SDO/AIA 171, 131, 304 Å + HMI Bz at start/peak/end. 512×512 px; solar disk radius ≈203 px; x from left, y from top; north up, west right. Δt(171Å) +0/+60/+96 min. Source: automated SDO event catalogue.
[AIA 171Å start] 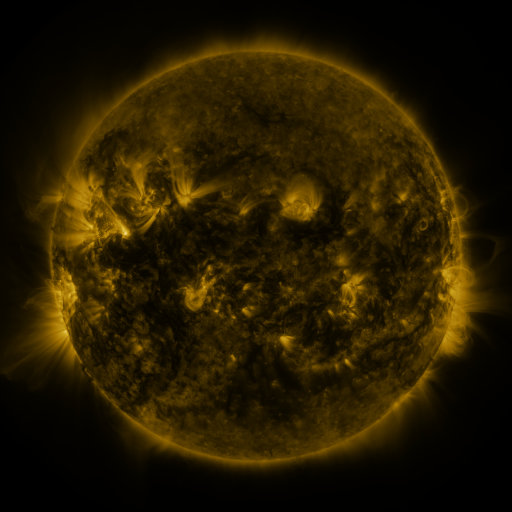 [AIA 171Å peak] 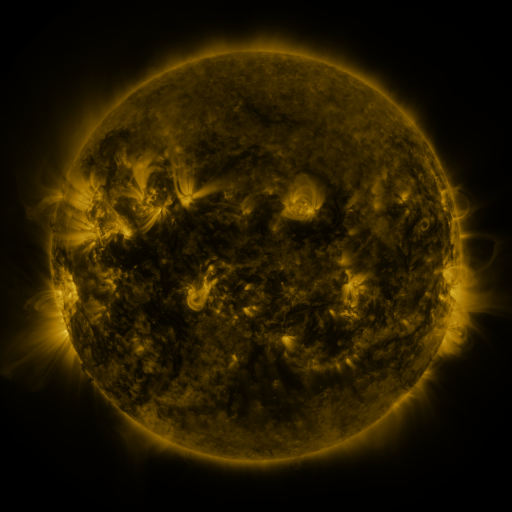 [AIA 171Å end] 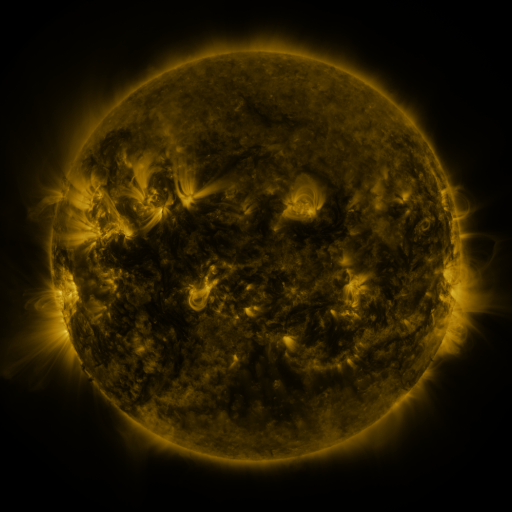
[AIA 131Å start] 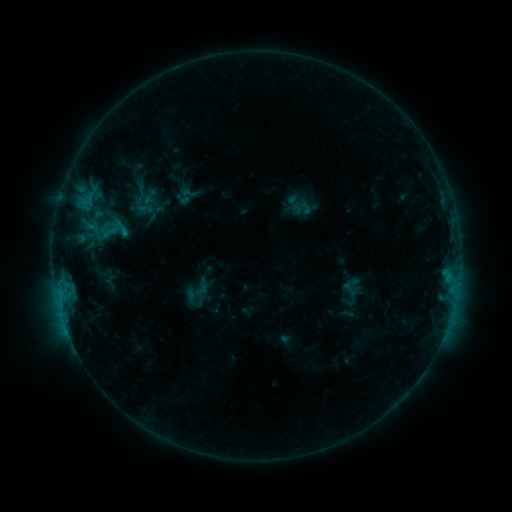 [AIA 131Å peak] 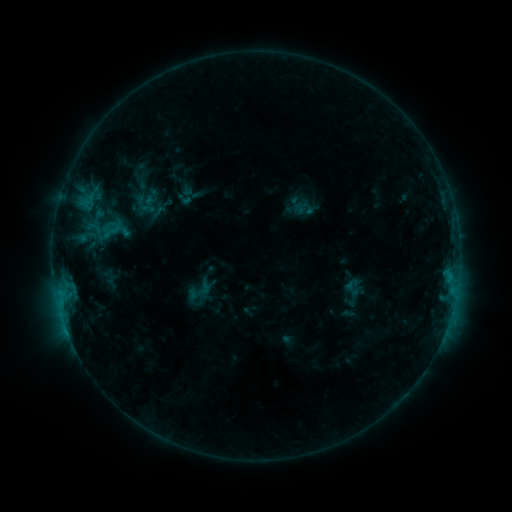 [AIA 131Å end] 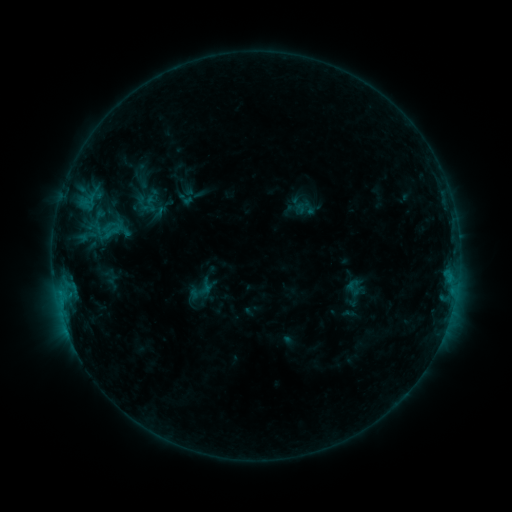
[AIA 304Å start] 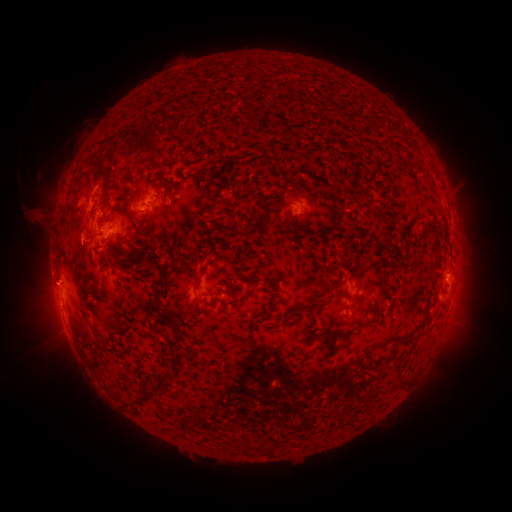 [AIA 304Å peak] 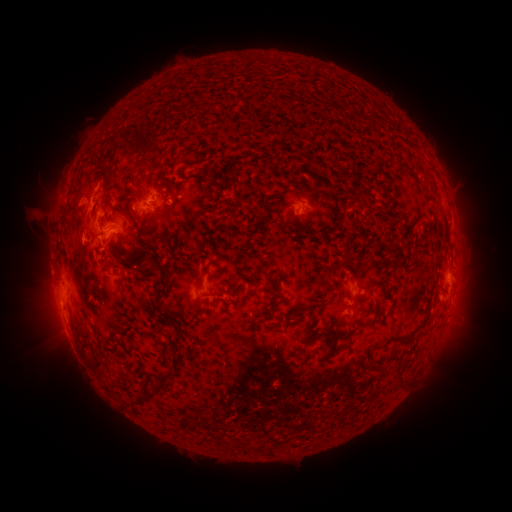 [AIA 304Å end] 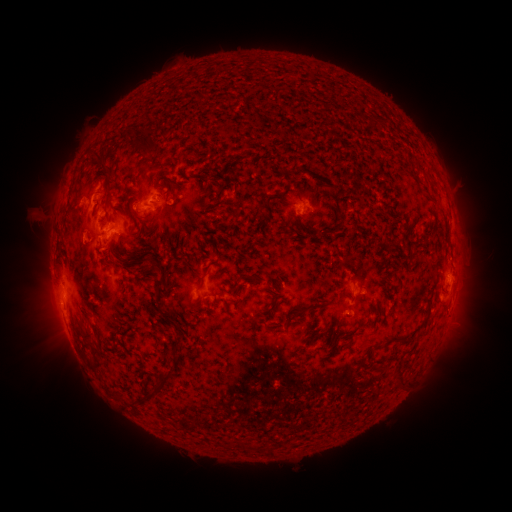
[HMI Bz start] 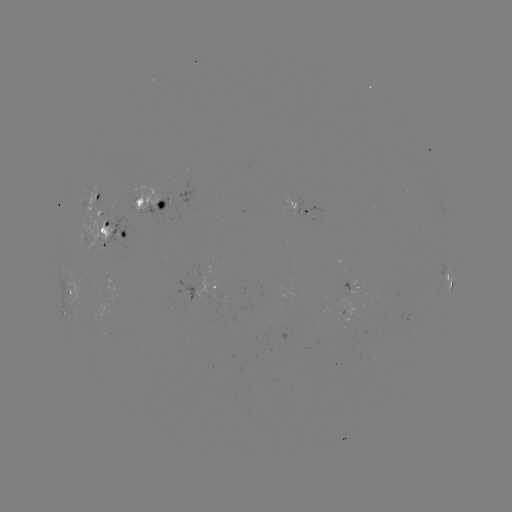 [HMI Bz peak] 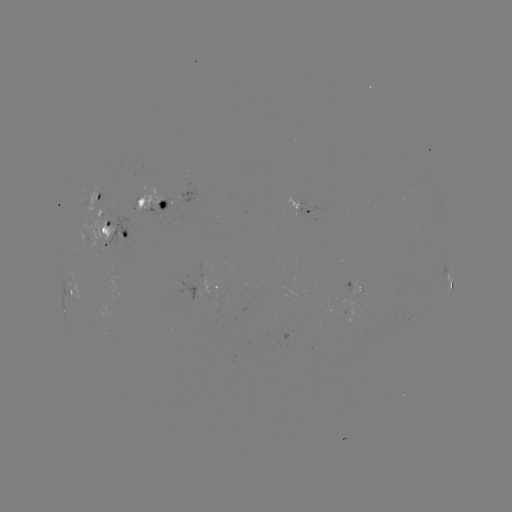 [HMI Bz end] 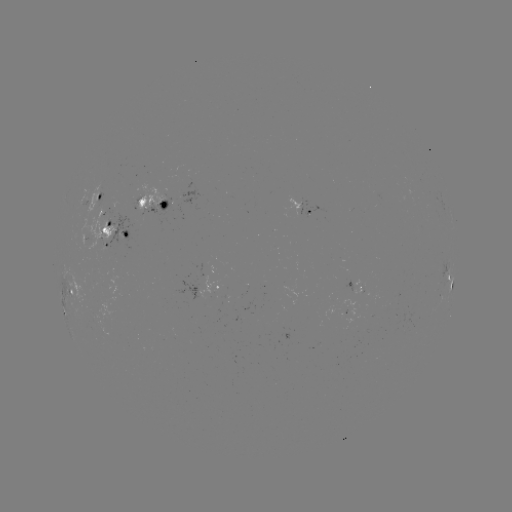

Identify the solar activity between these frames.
emerging-flux region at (99, 209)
